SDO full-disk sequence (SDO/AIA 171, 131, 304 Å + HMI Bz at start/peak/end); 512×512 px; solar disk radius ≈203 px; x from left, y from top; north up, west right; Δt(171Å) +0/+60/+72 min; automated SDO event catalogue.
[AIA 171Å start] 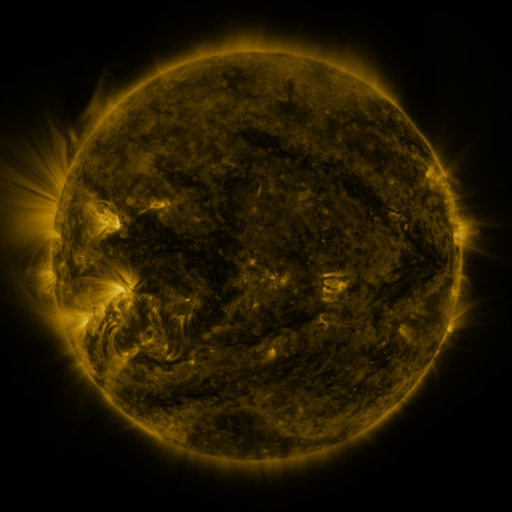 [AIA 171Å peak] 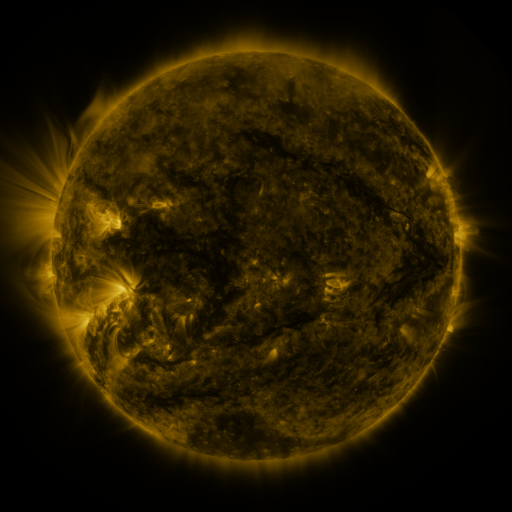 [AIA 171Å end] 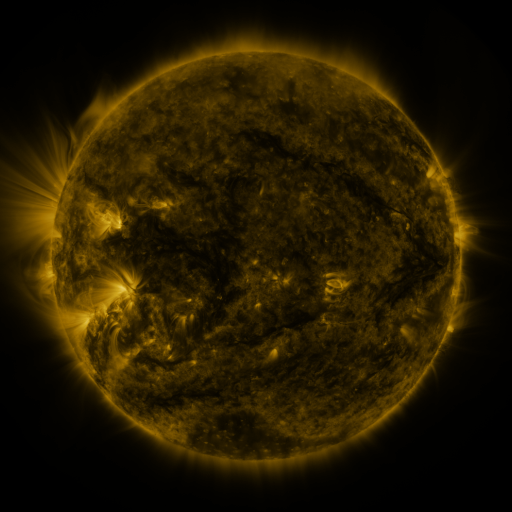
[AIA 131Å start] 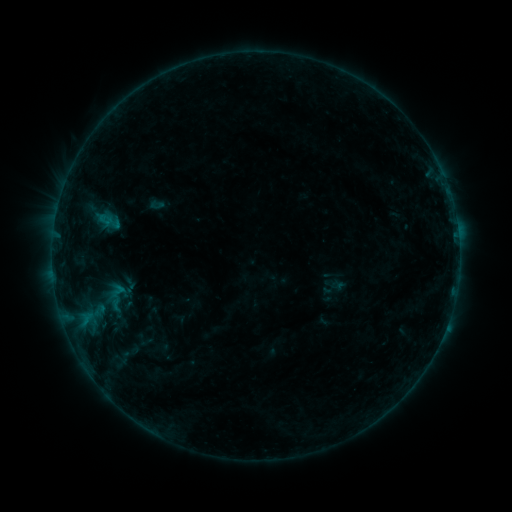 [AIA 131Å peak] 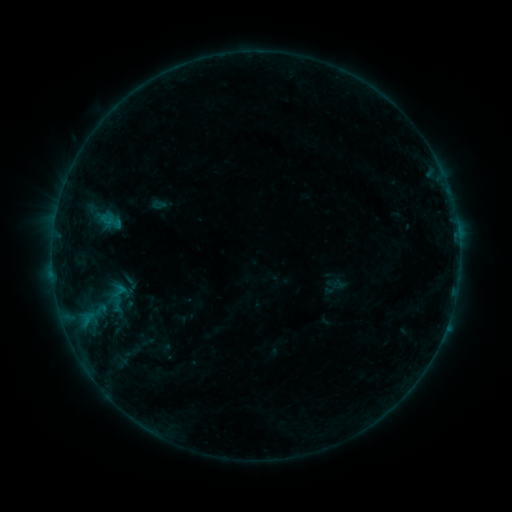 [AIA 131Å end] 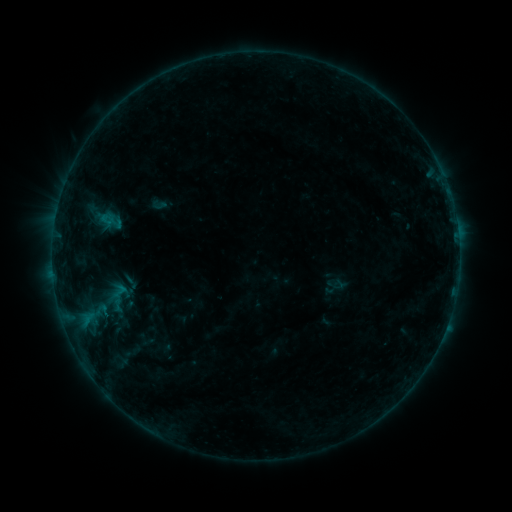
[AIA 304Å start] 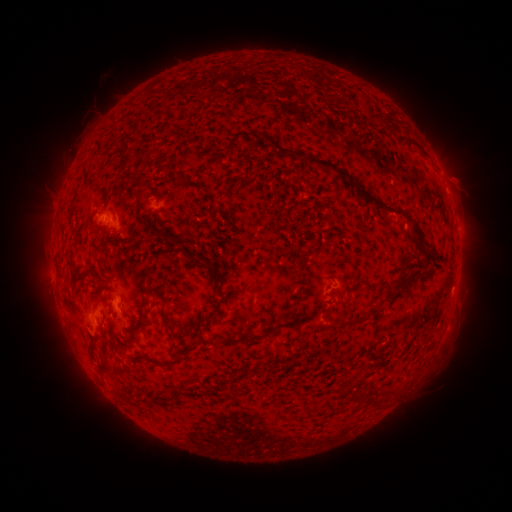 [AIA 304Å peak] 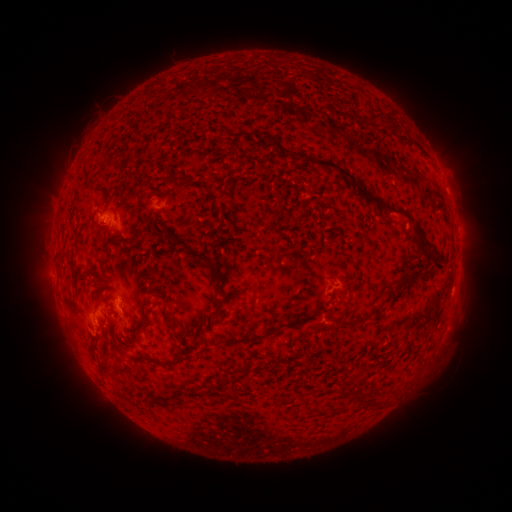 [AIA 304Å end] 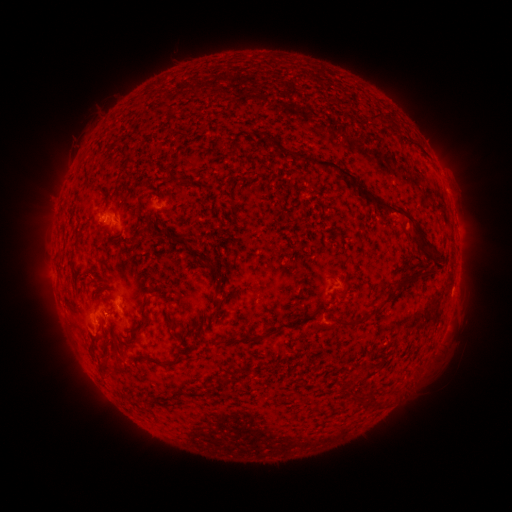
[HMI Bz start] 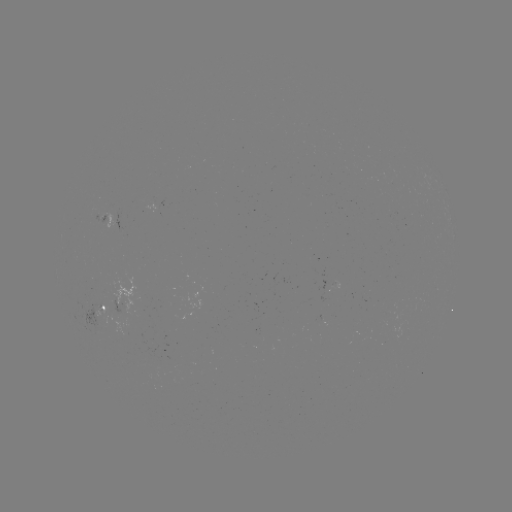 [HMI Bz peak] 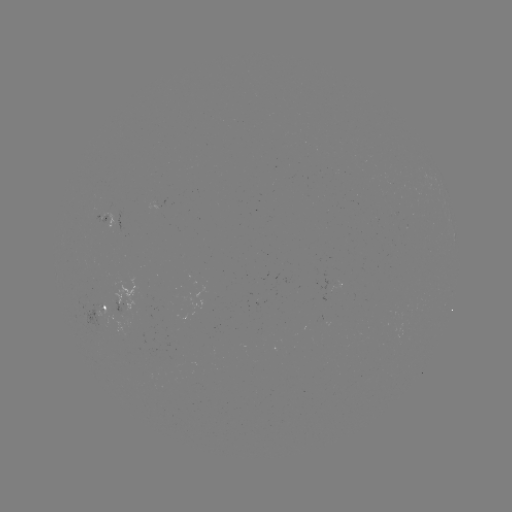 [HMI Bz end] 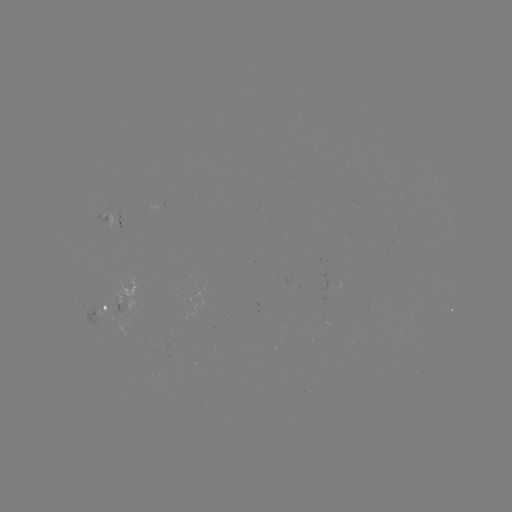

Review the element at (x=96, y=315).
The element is emerging-flux region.